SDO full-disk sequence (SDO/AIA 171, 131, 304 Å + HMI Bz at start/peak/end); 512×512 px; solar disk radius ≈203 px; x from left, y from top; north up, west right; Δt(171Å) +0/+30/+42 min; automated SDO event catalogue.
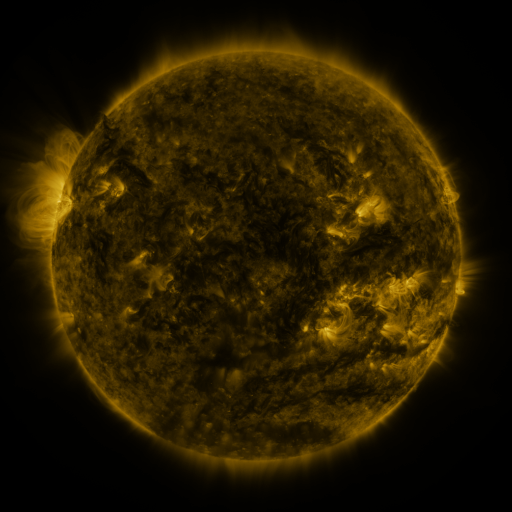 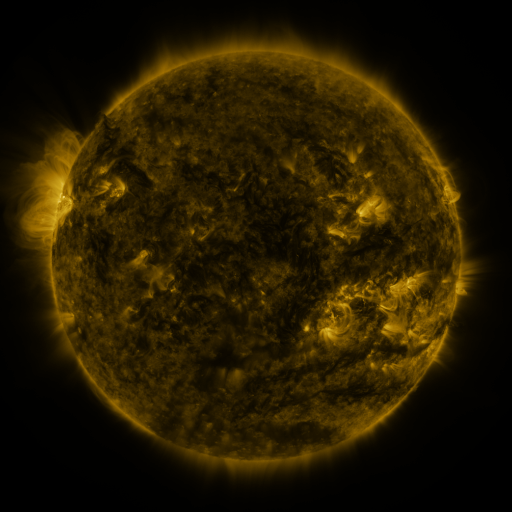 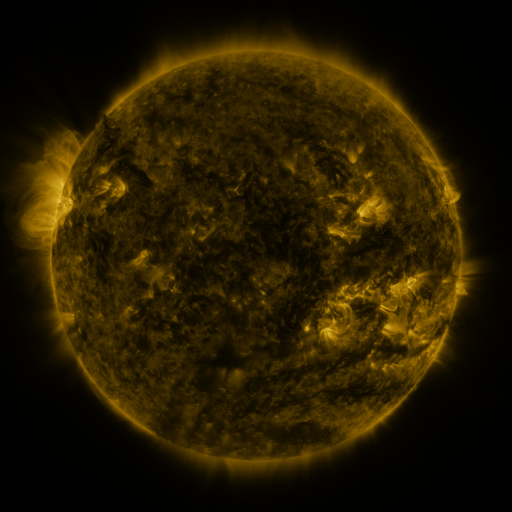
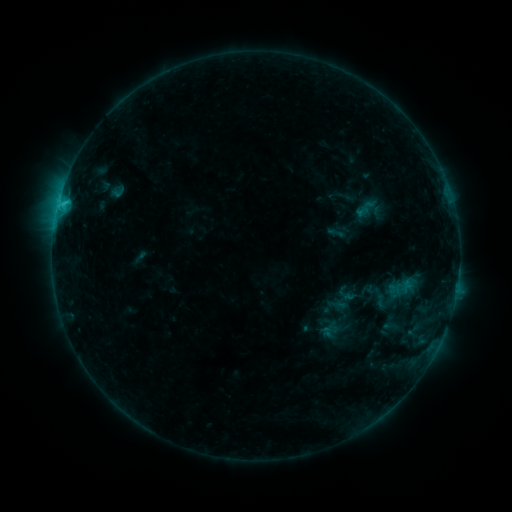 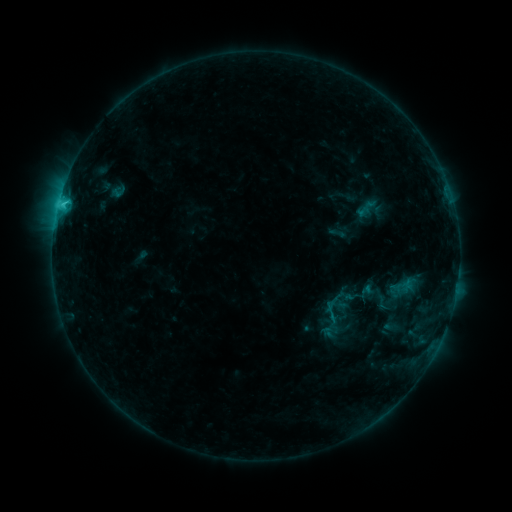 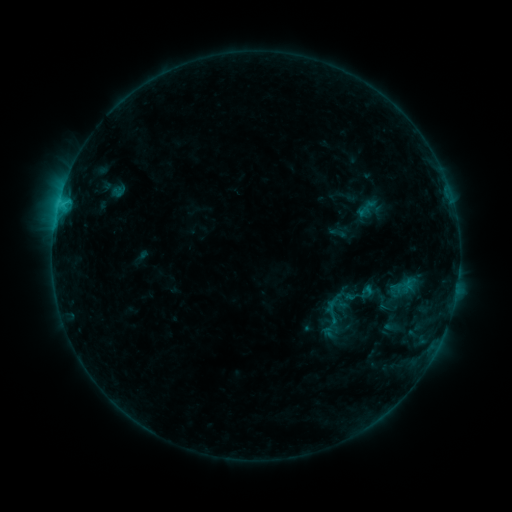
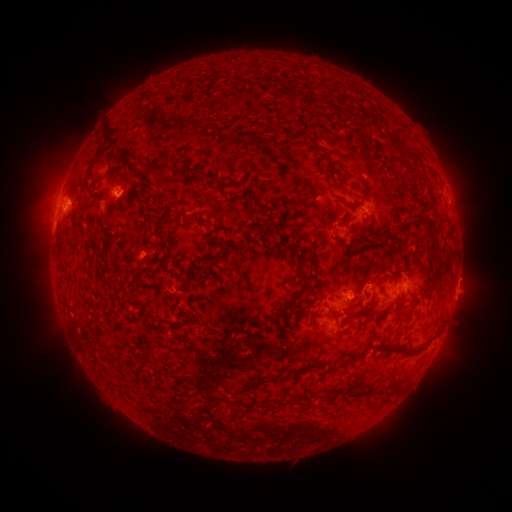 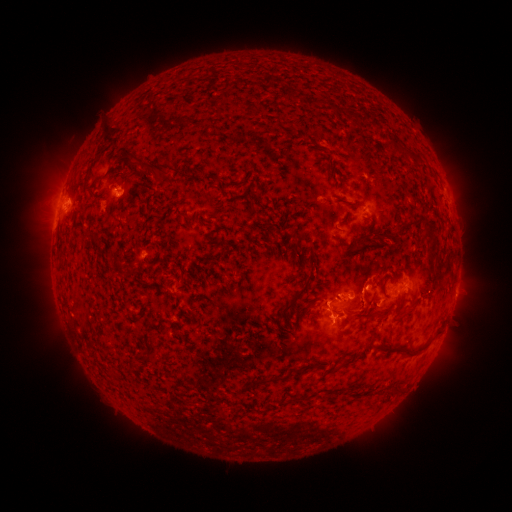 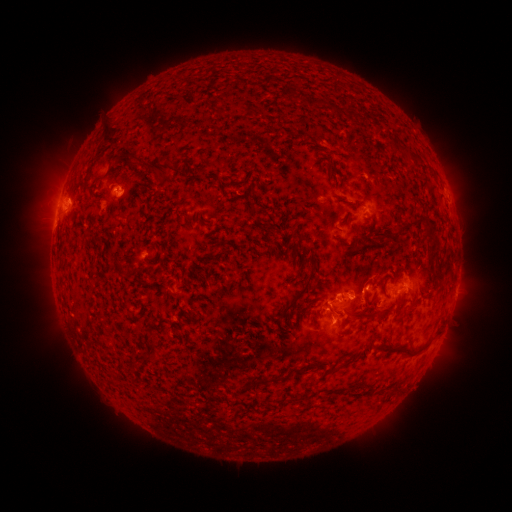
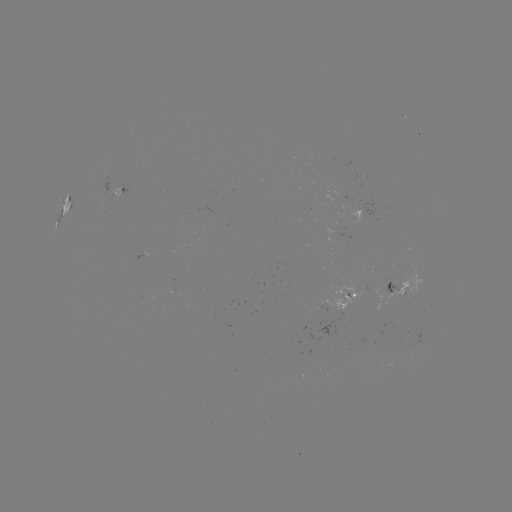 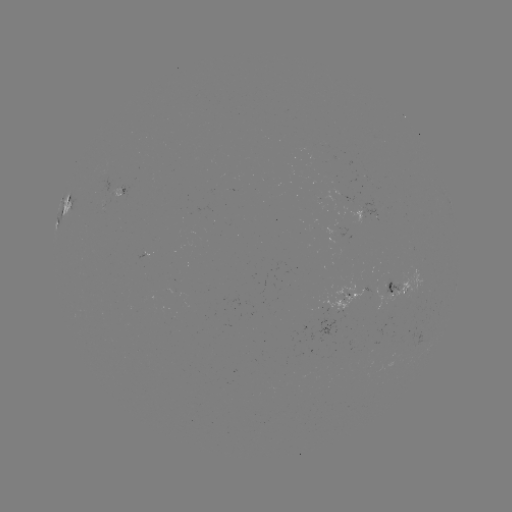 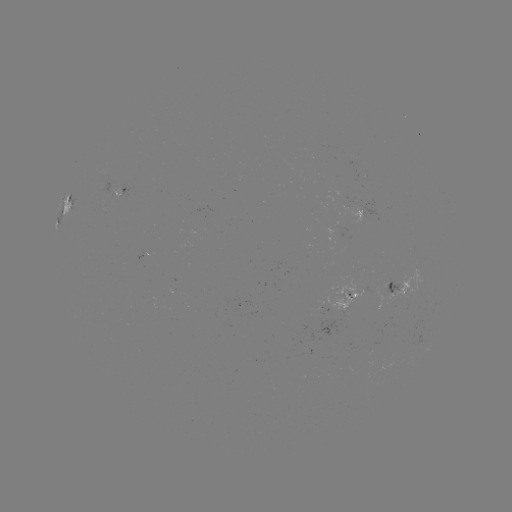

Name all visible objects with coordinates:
C2.1 flare: (62, 205)
